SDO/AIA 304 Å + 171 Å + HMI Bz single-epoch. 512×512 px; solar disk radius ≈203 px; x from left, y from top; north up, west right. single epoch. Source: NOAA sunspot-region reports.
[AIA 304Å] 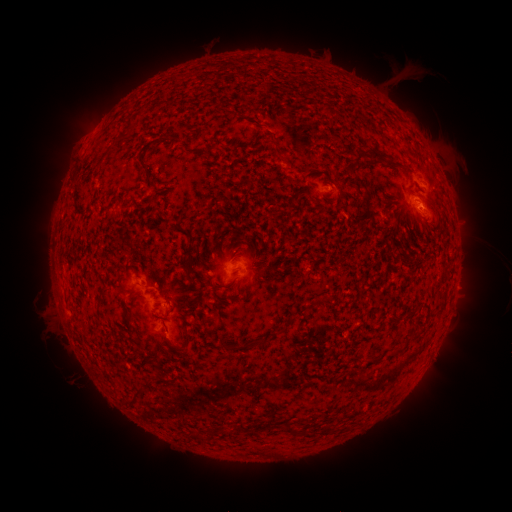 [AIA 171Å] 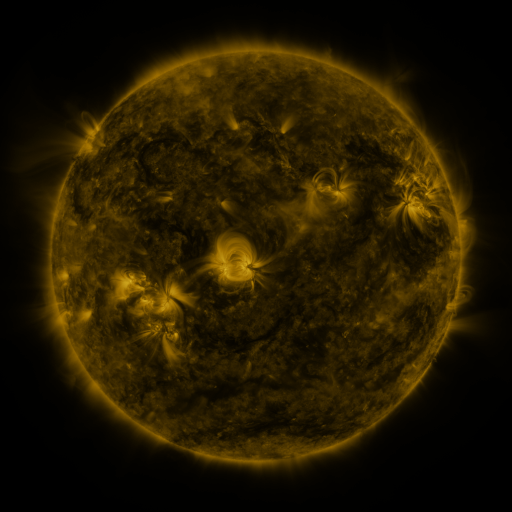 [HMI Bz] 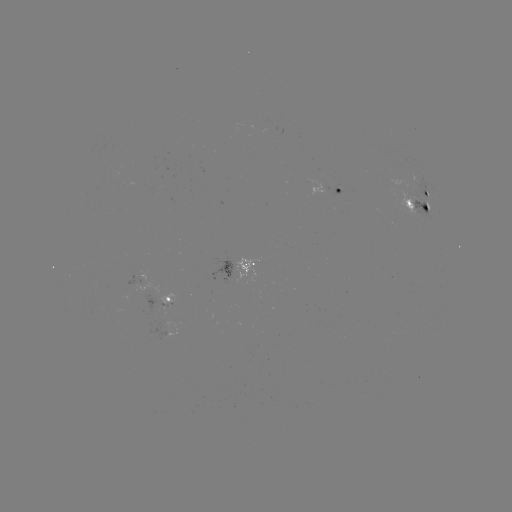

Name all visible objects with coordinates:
spotted active region: (423, 187)
spotted active region: (333, 191)
spotted active region: (417, 203)
spotted active region: (242, 270)
spotted active region: (157, 283)
spotted active region: (171, 300)
spotted active region: (177, 331)
